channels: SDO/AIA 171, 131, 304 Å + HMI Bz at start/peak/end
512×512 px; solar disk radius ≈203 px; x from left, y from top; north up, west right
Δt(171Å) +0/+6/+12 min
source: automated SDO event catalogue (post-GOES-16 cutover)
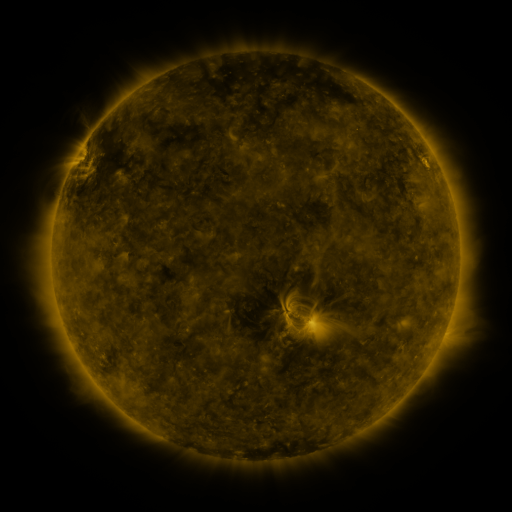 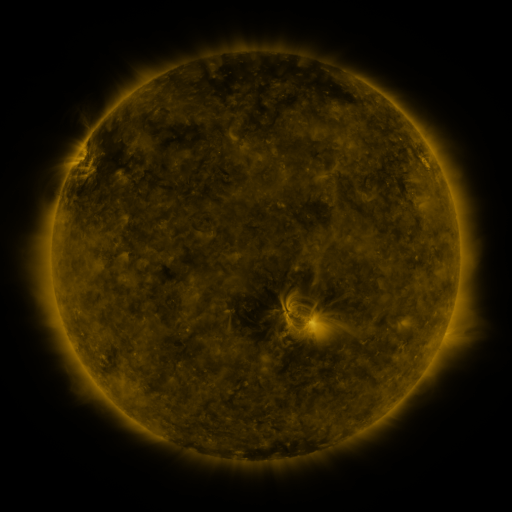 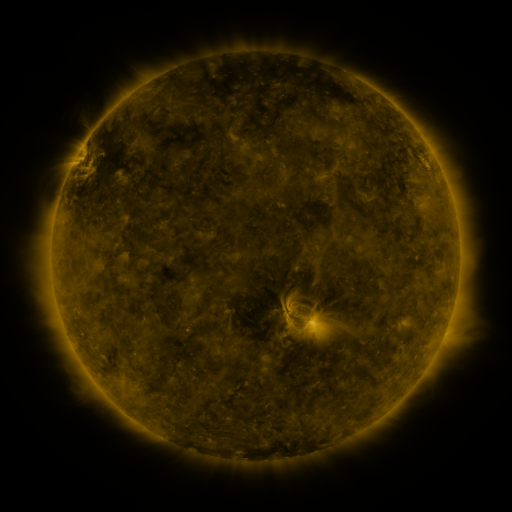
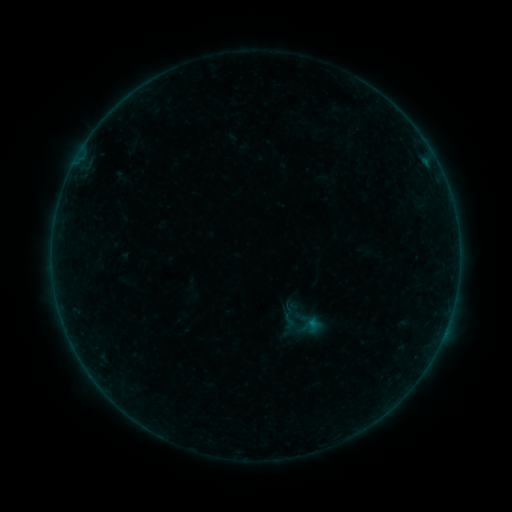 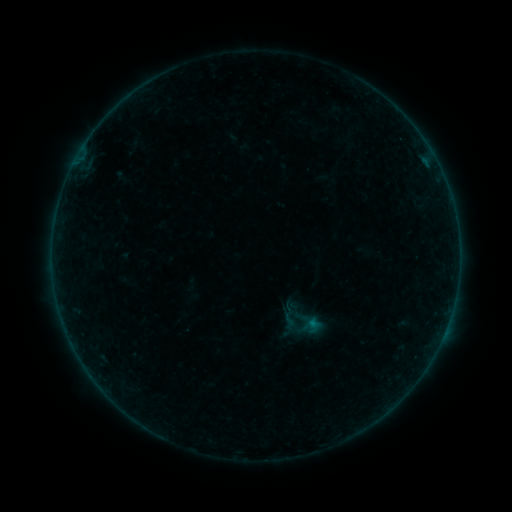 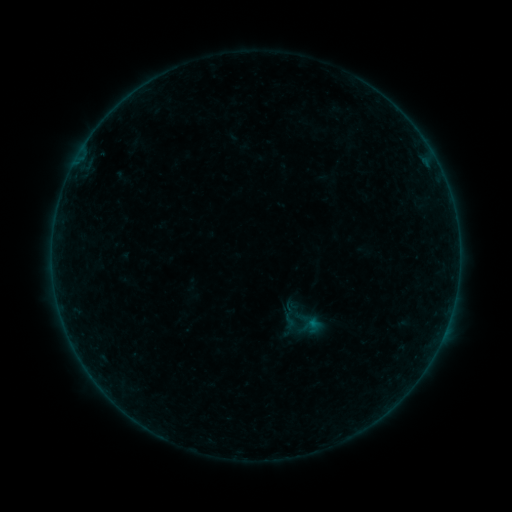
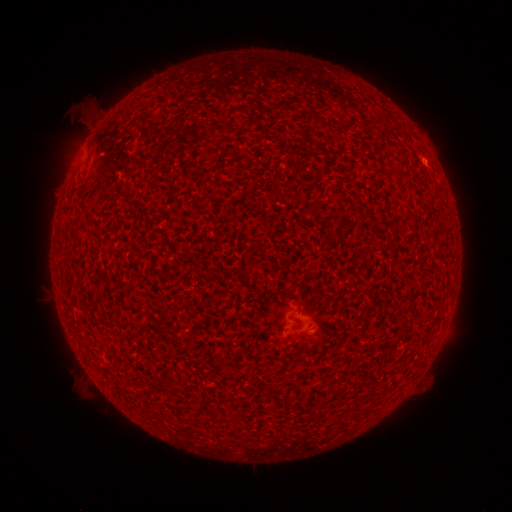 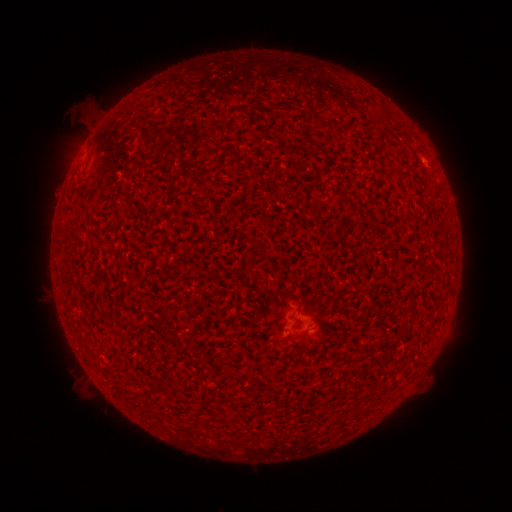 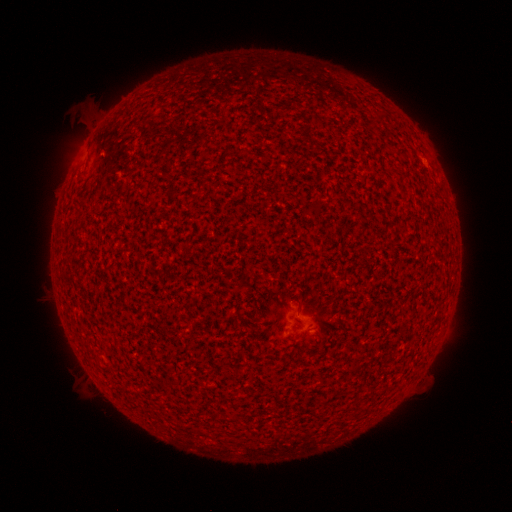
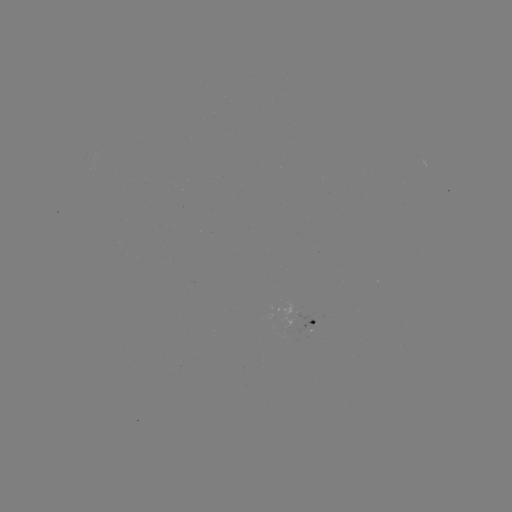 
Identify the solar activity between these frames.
A3.2 flare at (425, 162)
